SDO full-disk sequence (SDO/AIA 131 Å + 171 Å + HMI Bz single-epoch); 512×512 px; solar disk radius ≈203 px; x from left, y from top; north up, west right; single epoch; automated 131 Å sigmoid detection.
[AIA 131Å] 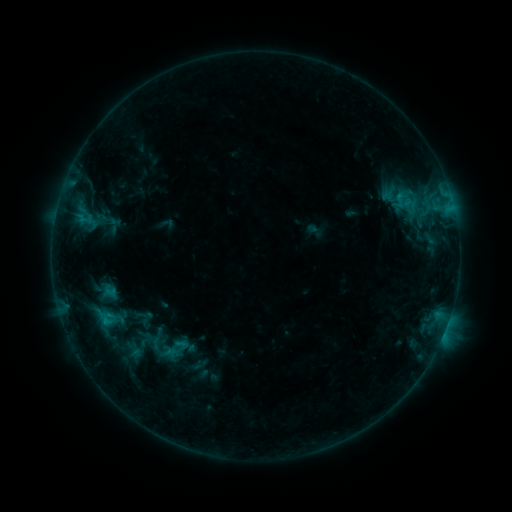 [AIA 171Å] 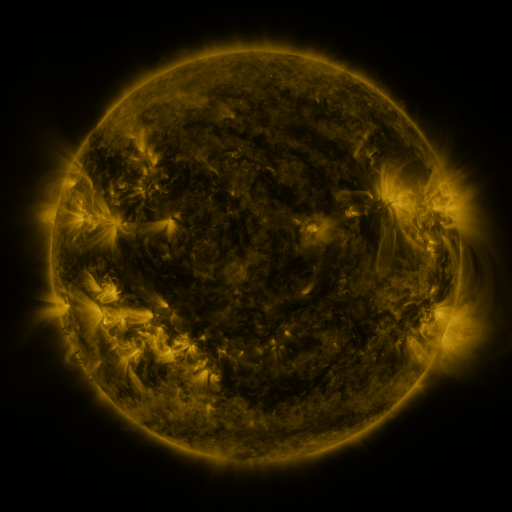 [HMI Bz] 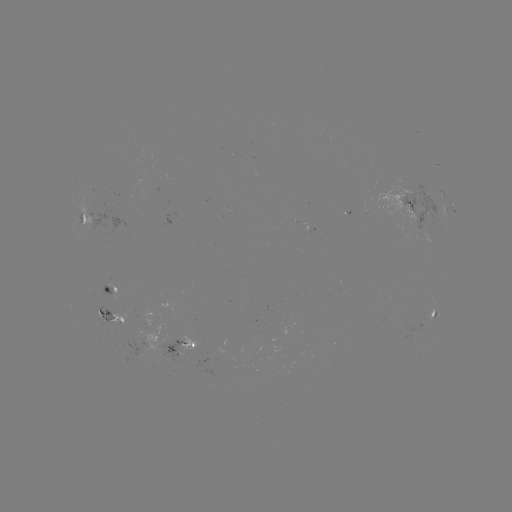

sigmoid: [126, 318, 206, 373]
